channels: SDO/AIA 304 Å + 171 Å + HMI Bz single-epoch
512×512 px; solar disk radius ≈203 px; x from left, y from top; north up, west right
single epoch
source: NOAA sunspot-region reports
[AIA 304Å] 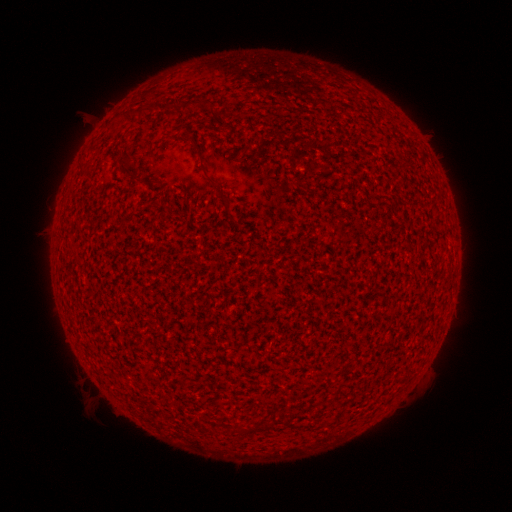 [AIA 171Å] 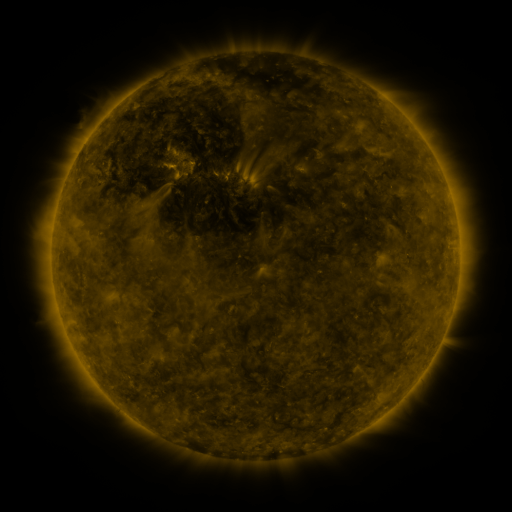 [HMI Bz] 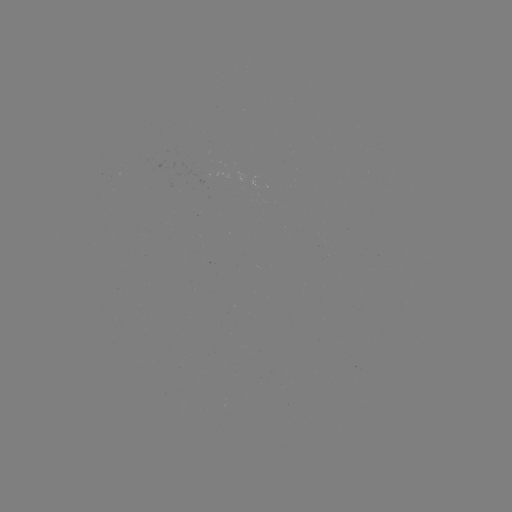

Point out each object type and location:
(none)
